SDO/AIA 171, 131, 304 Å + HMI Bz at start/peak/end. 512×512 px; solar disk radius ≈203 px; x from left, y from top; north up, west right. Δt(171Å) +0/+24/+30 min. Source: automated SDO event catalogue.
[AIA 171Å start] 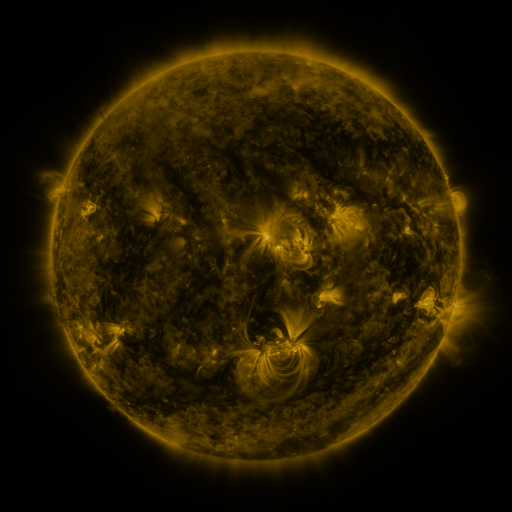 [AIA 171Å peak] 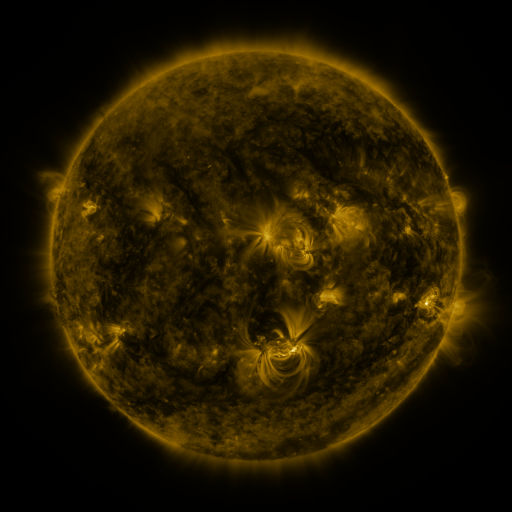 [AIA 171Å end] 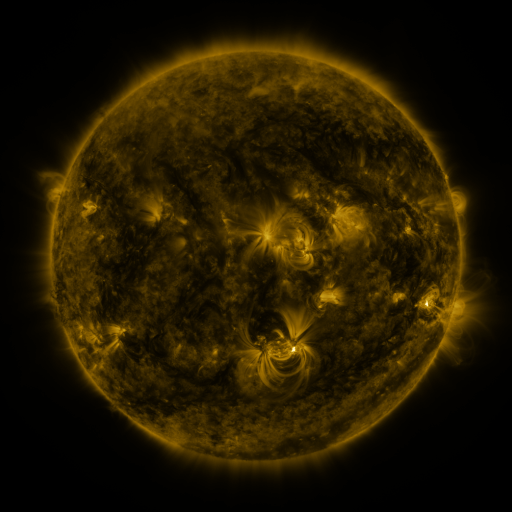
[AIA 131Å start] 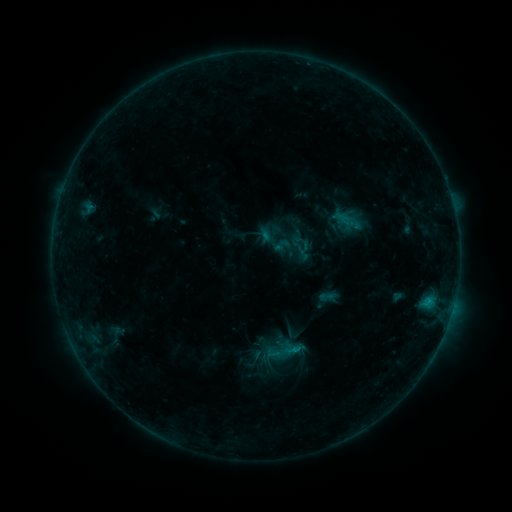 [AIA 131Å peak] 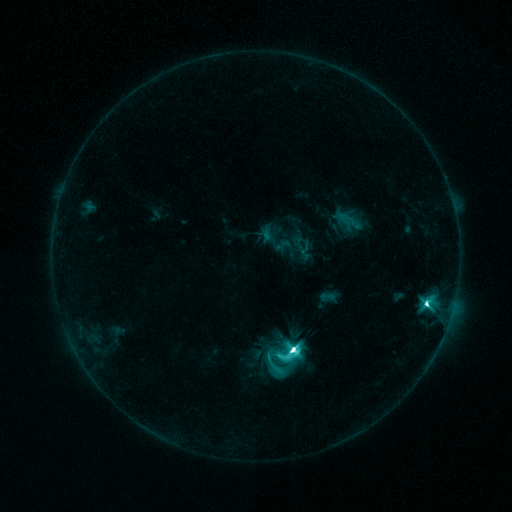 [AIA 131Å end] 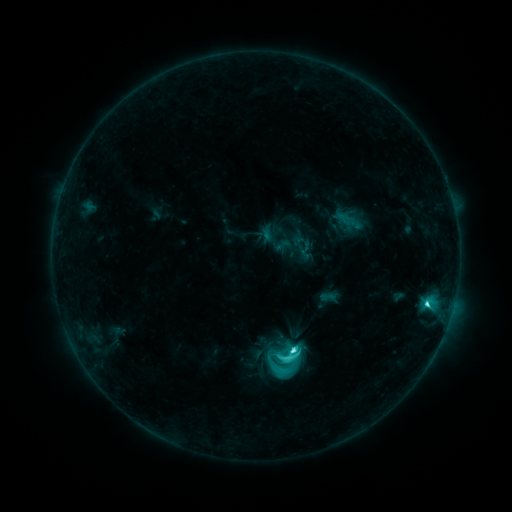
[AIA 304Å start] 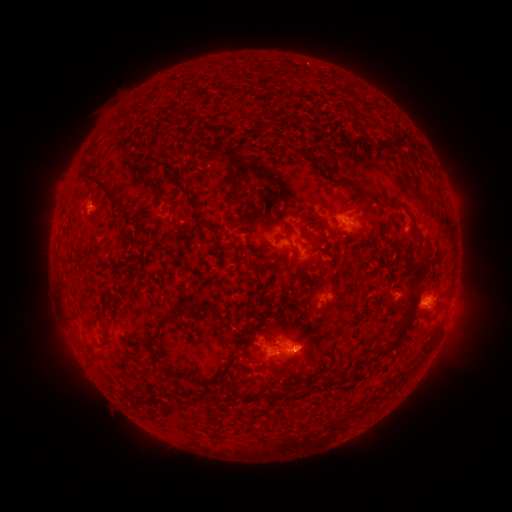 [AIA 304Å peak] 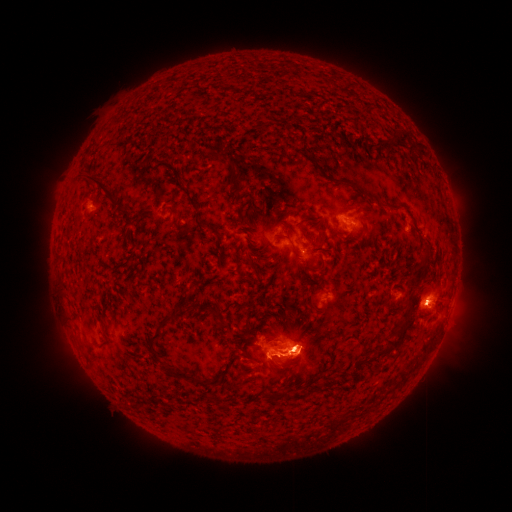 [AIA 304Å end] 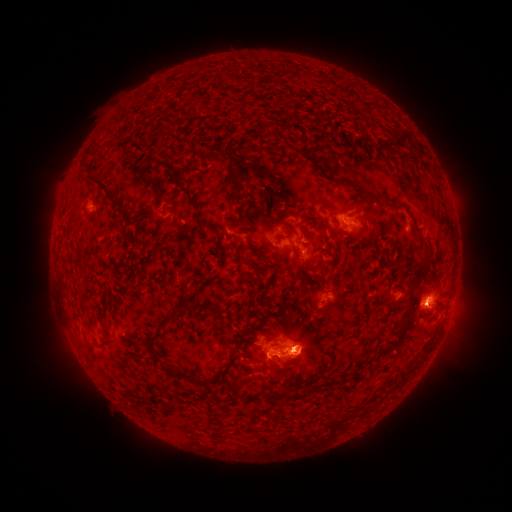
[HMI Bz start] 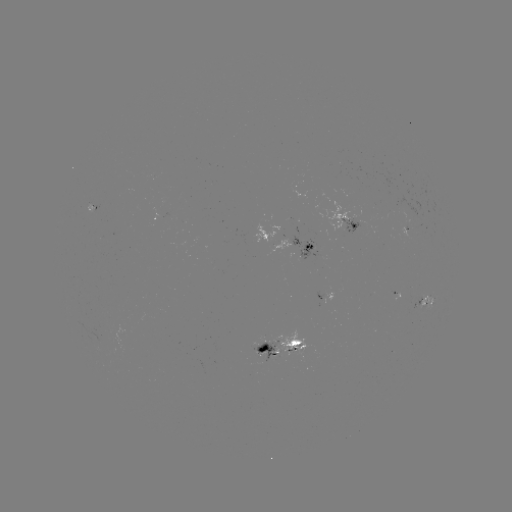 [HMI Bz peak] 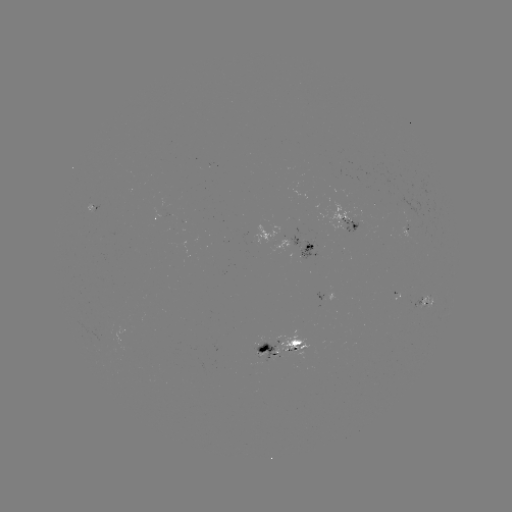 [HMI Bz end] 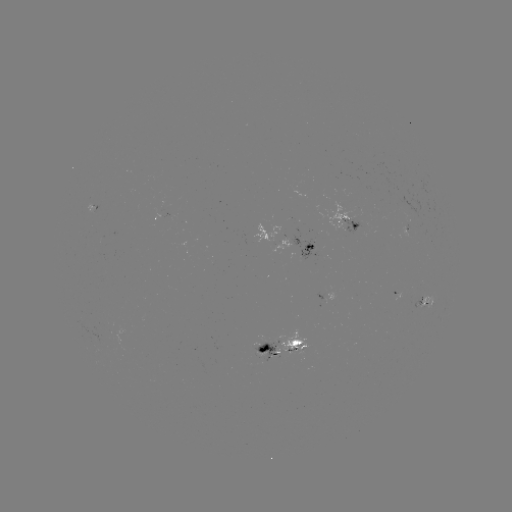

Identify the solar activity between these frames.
M1.9 flare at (424, 304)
